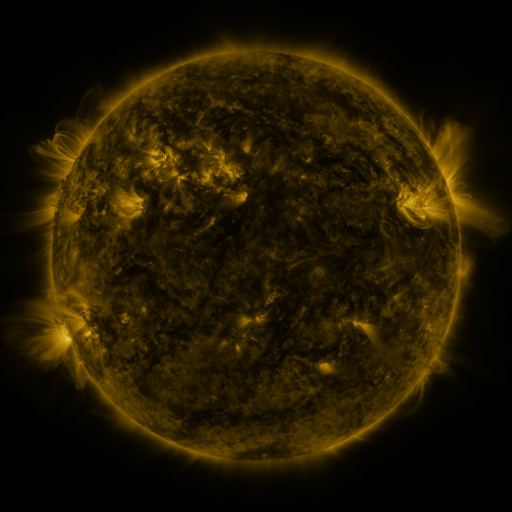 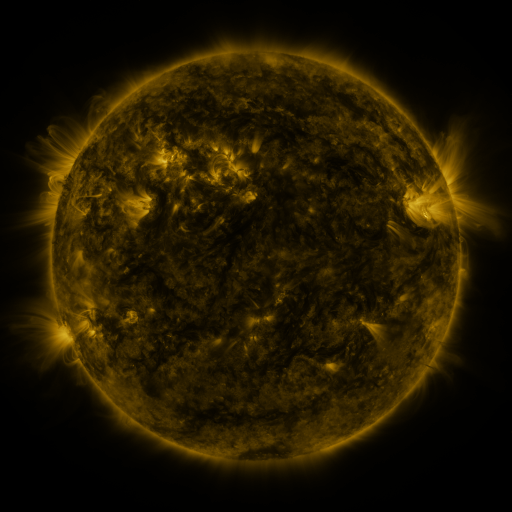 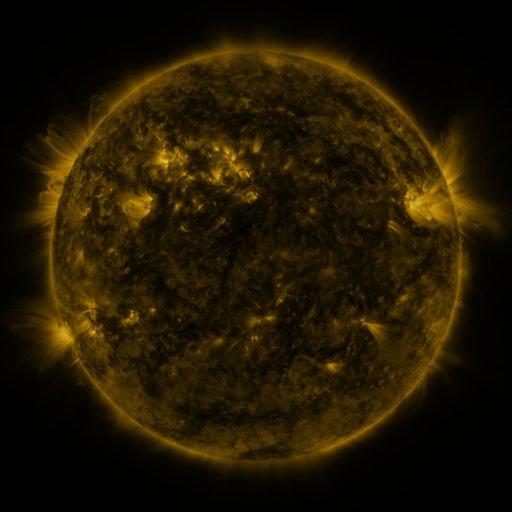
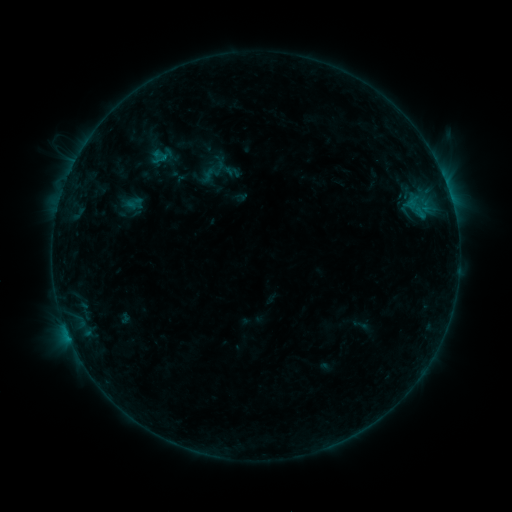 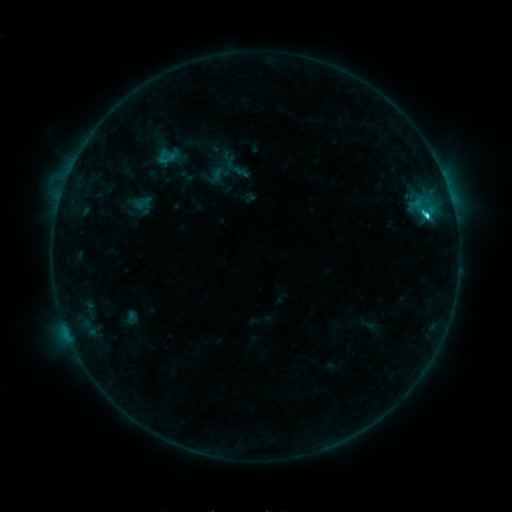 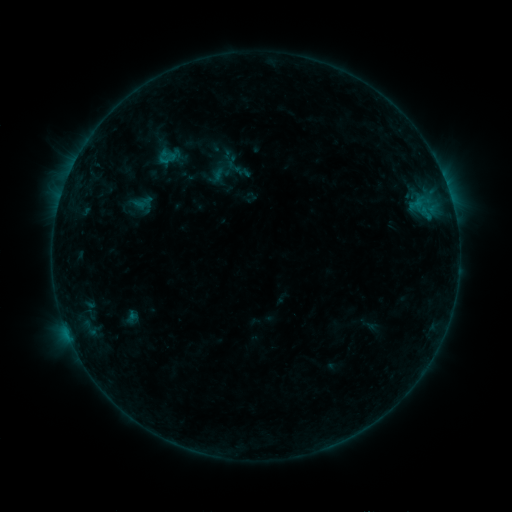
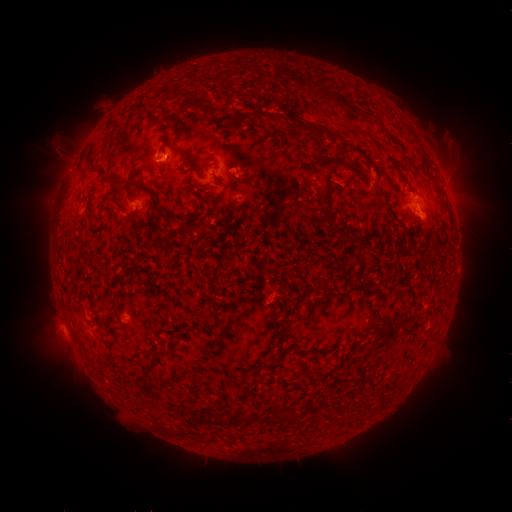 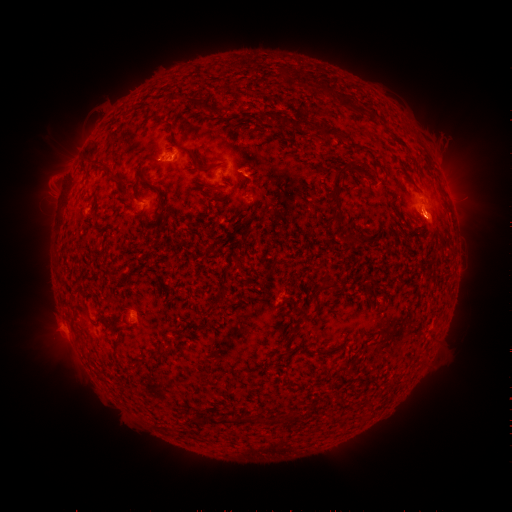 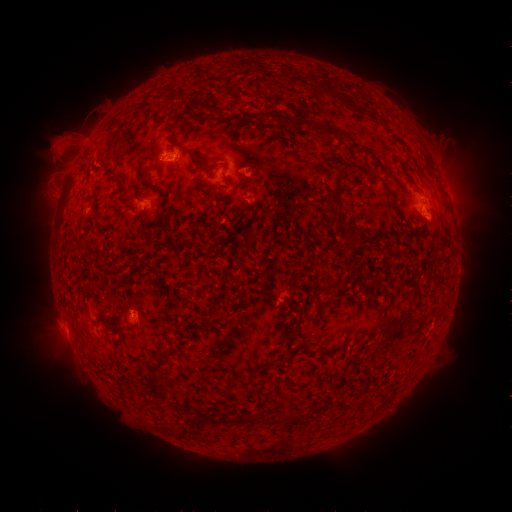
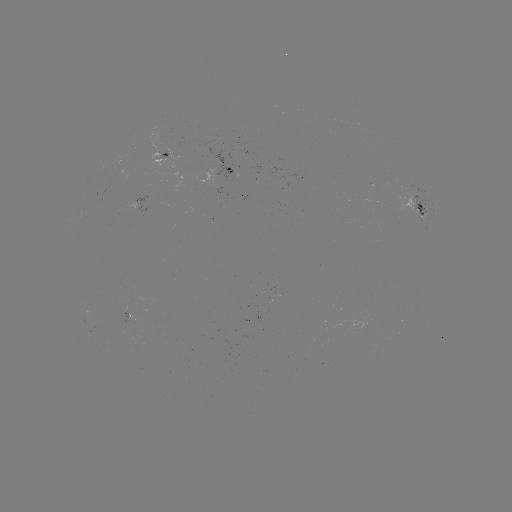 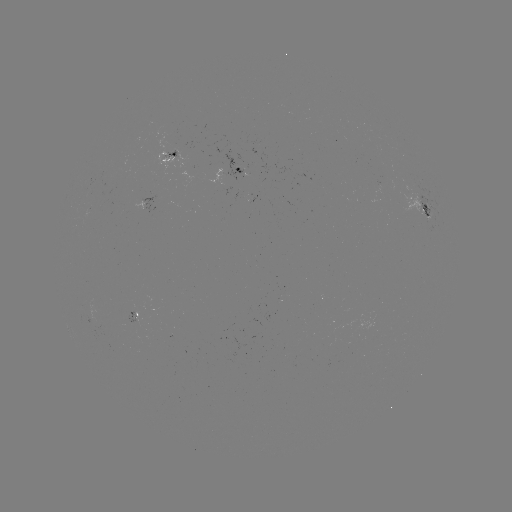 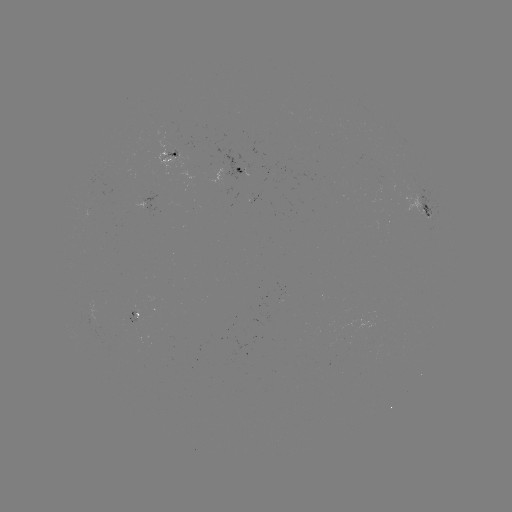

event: emerging-flux region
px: (135, 321)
